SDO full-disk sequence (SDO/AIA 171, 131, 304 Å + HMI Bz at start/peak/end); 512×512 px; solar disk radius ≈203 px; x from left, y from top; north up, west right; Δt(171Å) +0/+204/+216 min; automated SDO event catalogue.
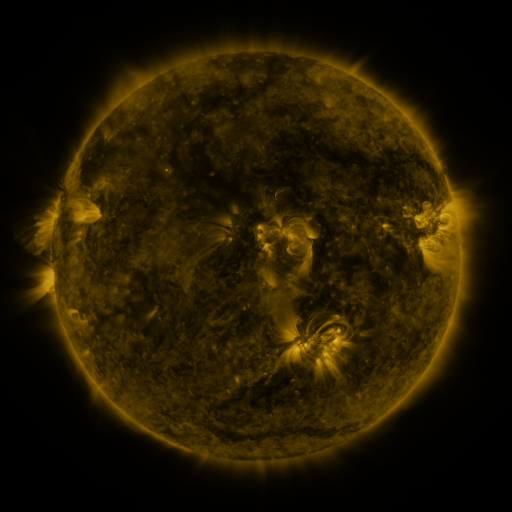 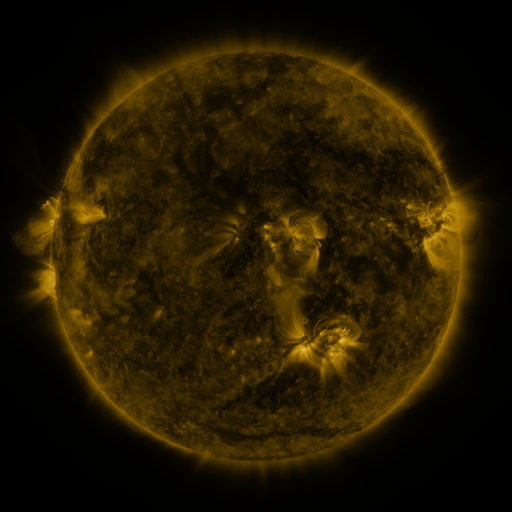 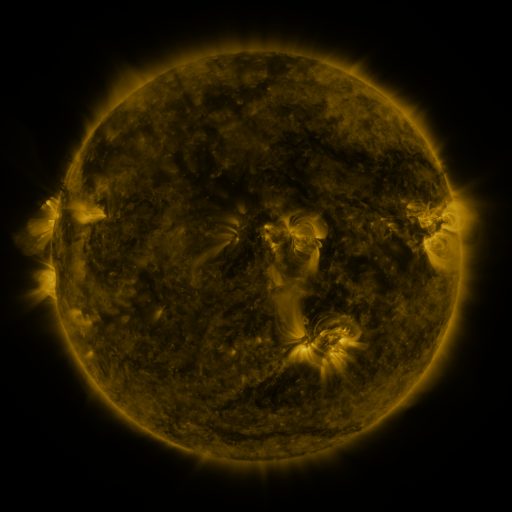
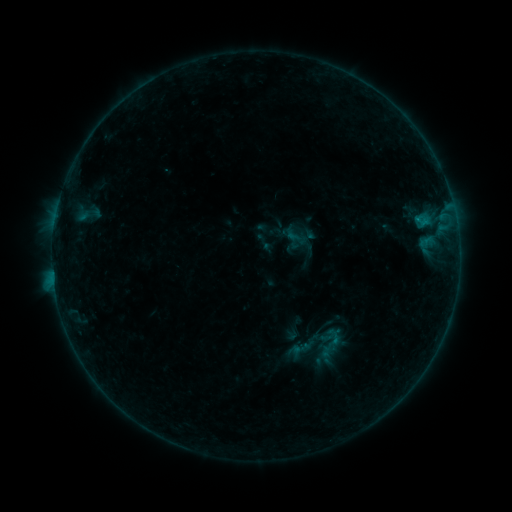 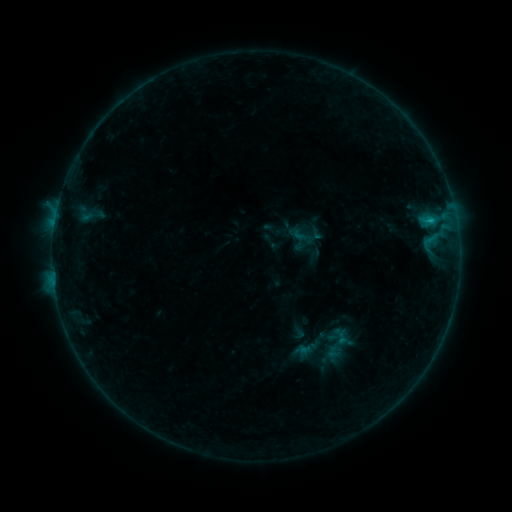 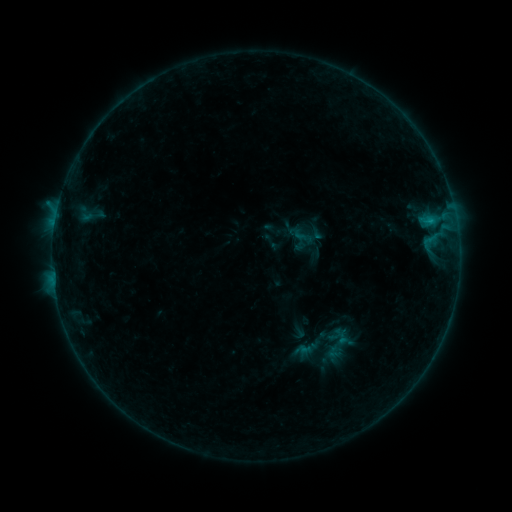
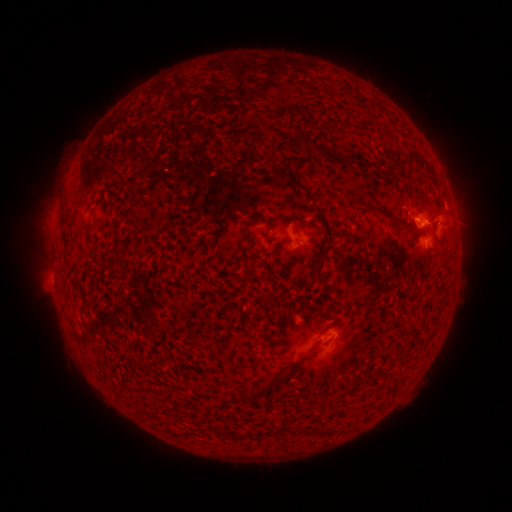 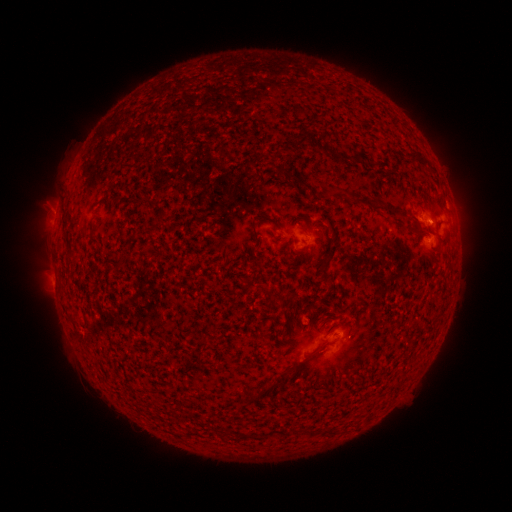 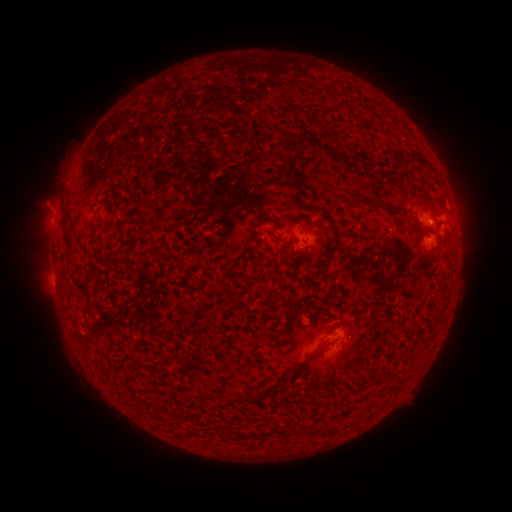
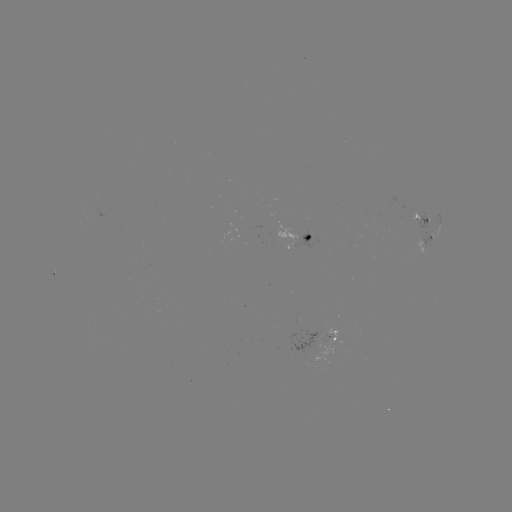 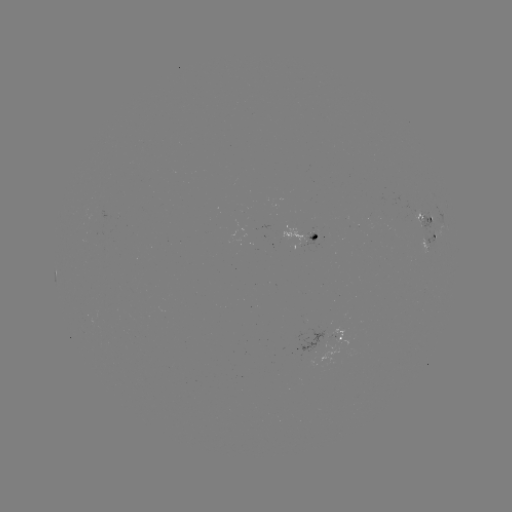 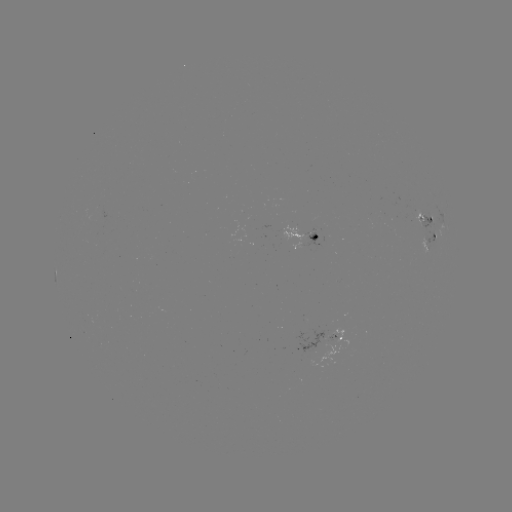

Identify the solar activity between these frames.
emerging-flux region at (336, 336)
